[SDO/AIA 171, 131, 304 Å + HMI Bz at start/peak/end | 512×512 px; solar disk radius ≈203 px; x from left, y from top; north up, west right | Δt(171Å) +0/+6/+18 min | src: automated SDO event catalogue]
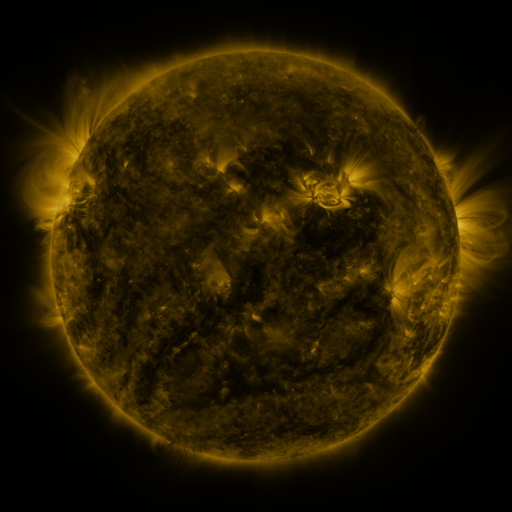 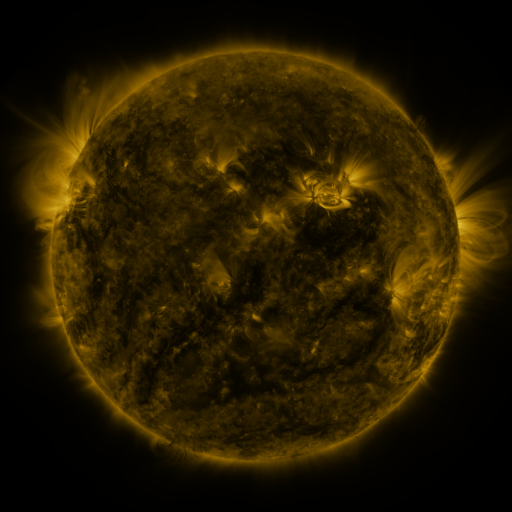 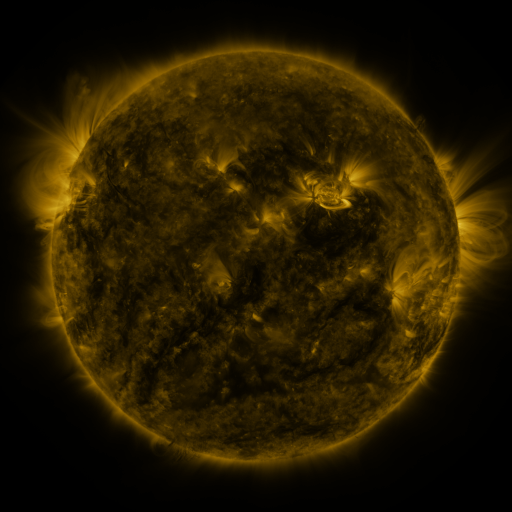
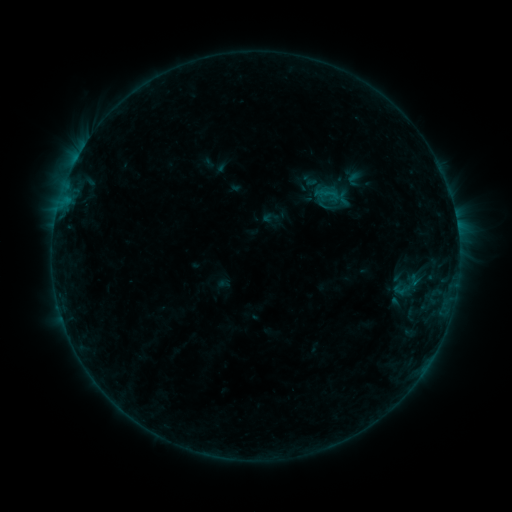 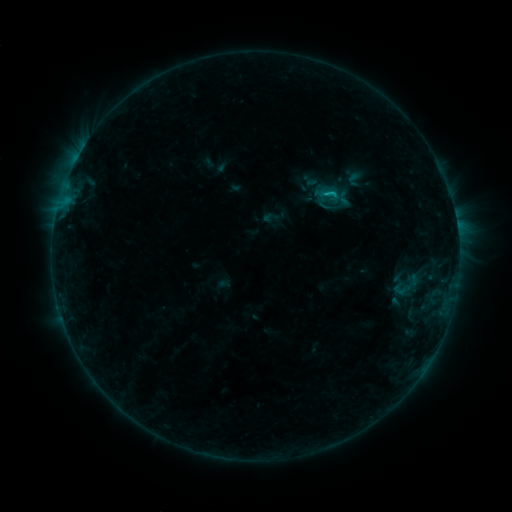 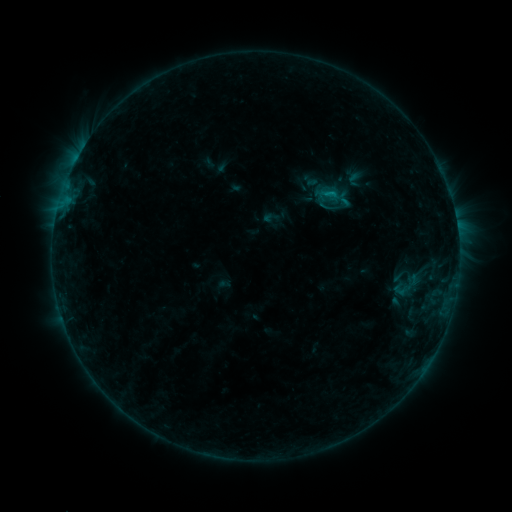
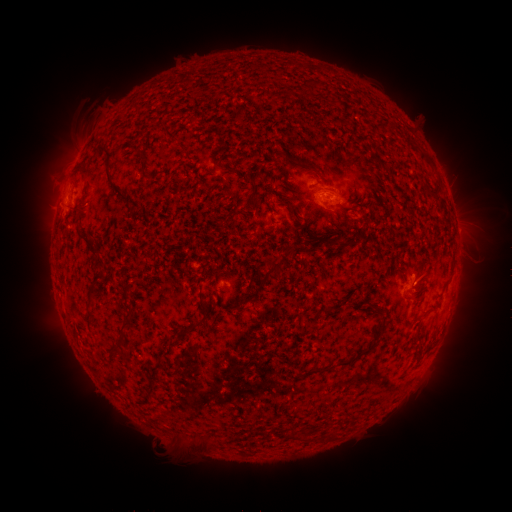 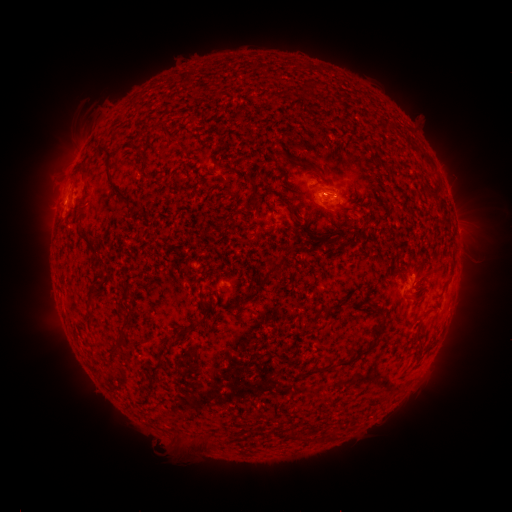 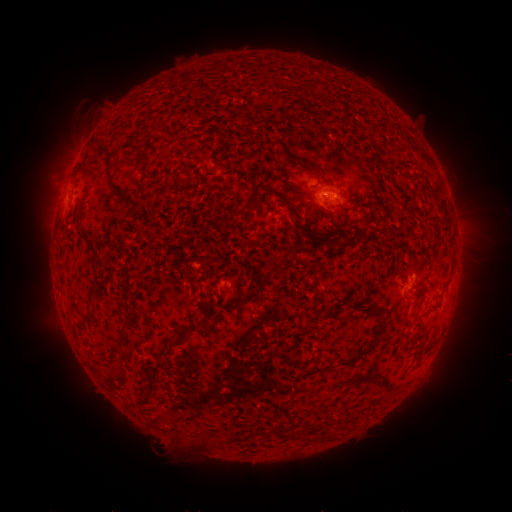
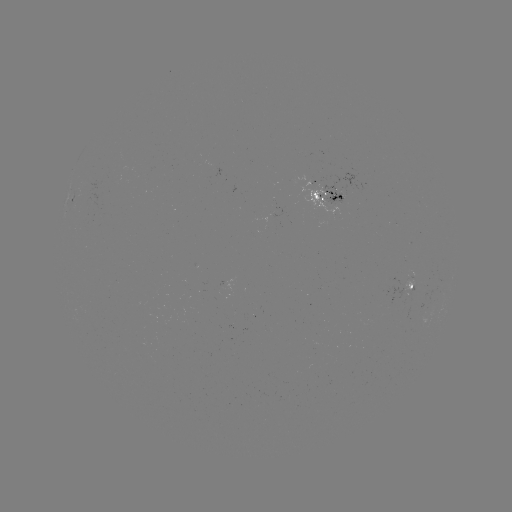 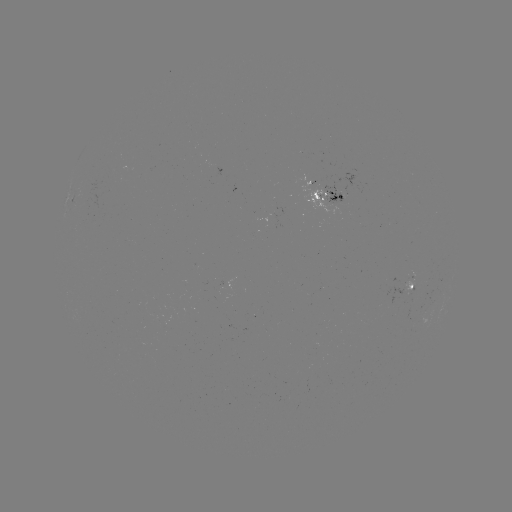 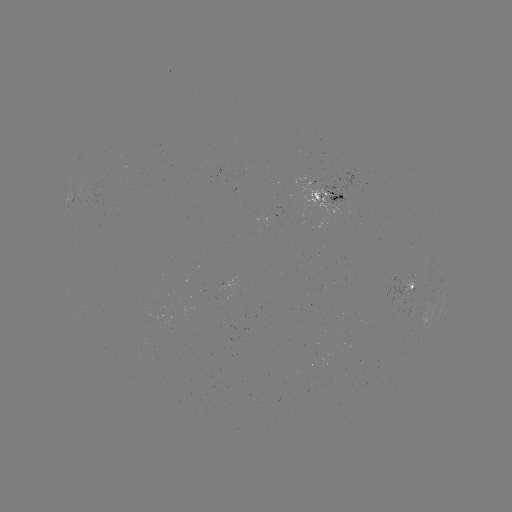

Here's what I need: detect B7.7 flare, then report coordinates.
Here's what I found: B7.7 flare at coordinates [330, 196].